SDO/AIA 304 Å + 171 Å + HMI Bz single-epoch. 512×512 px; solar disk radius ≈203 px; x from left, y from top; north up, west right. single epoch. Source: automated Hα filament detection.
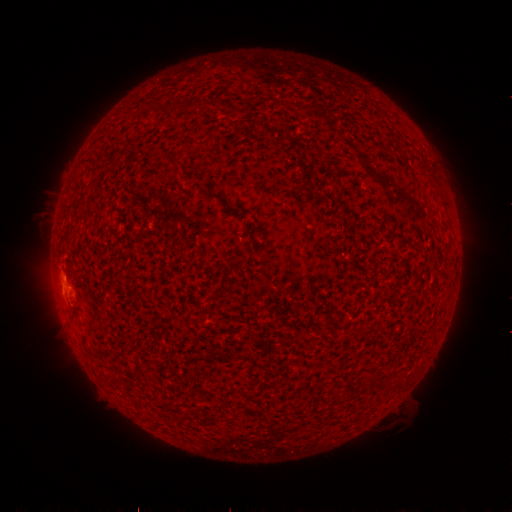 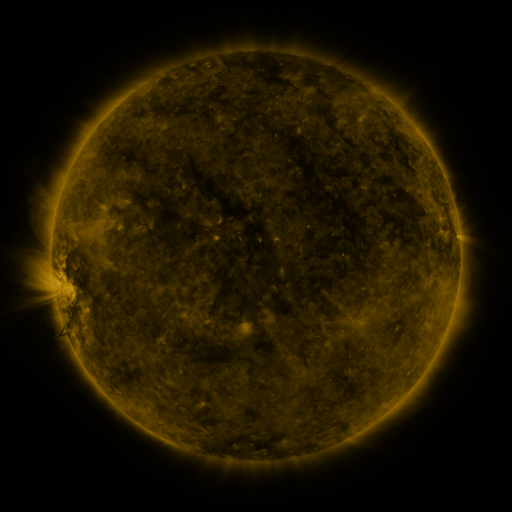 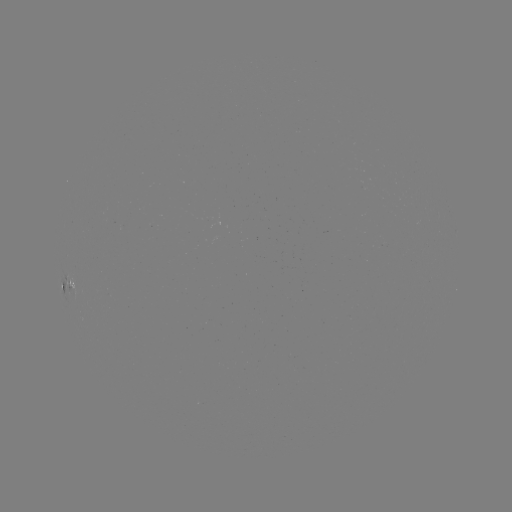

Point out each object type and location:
filament: (197, 104)
filament: (149, 107)
filament: (212, 196)
filament: (235, 265)
